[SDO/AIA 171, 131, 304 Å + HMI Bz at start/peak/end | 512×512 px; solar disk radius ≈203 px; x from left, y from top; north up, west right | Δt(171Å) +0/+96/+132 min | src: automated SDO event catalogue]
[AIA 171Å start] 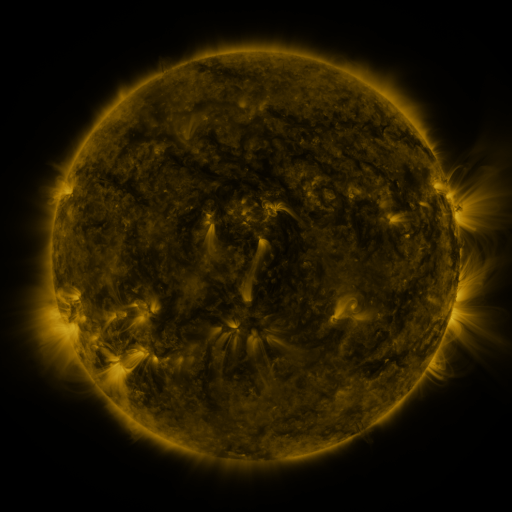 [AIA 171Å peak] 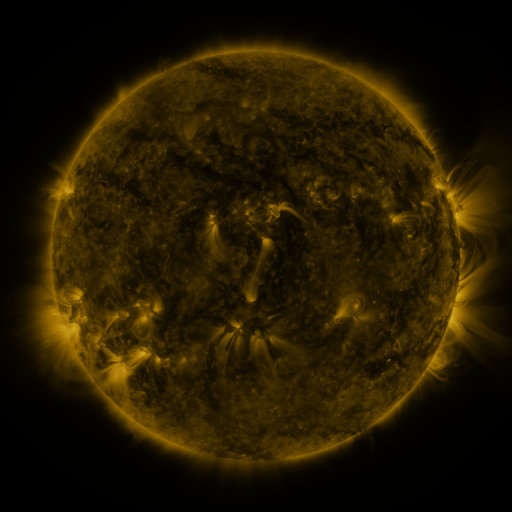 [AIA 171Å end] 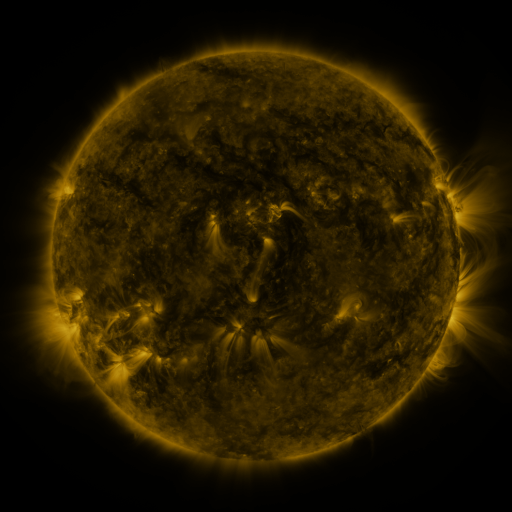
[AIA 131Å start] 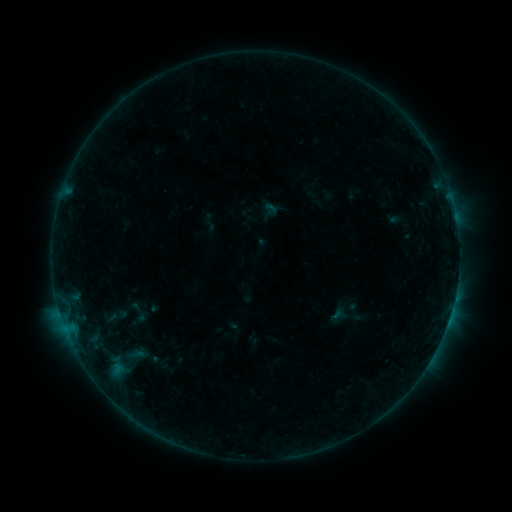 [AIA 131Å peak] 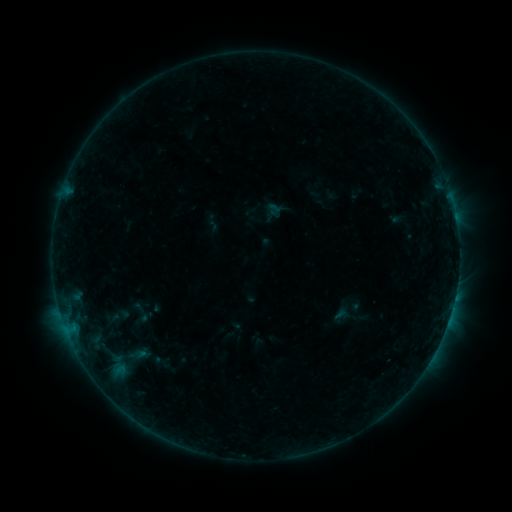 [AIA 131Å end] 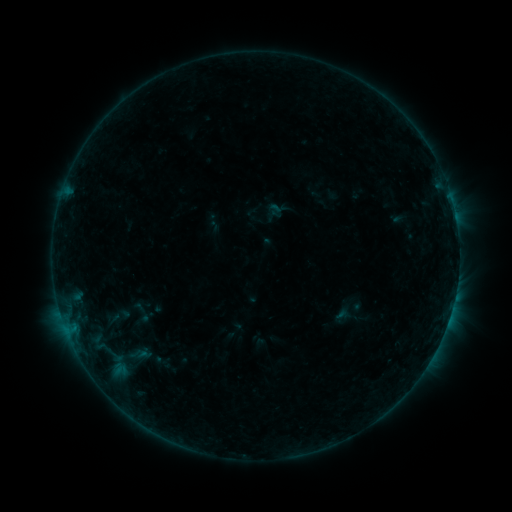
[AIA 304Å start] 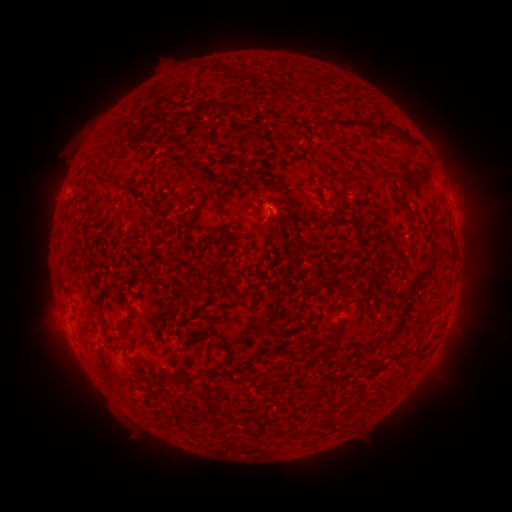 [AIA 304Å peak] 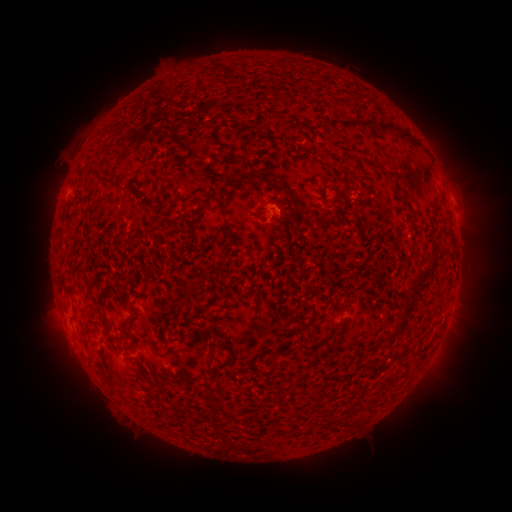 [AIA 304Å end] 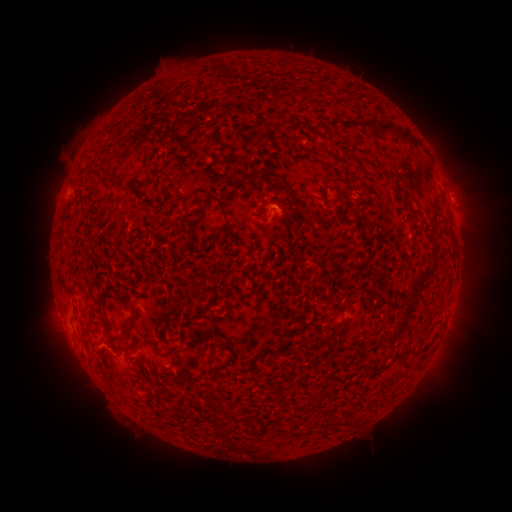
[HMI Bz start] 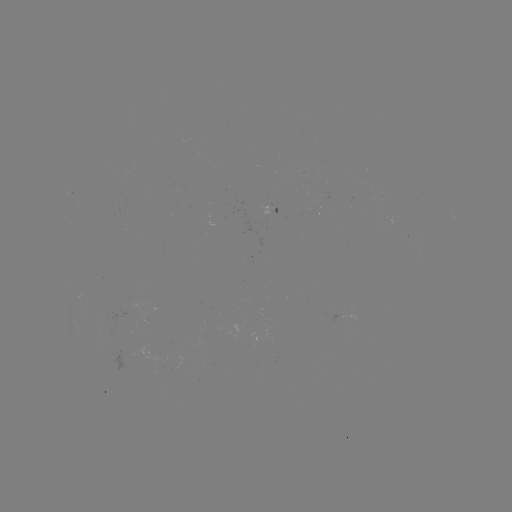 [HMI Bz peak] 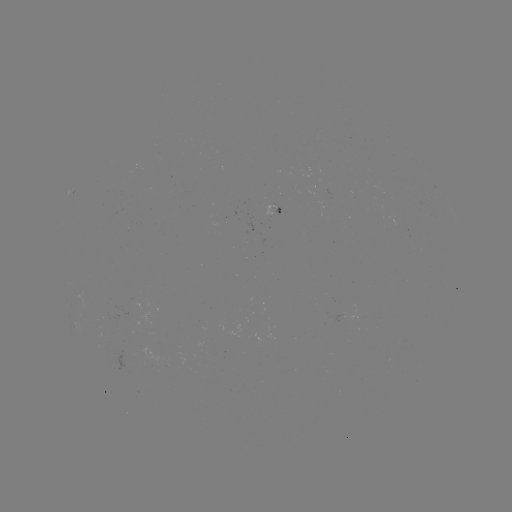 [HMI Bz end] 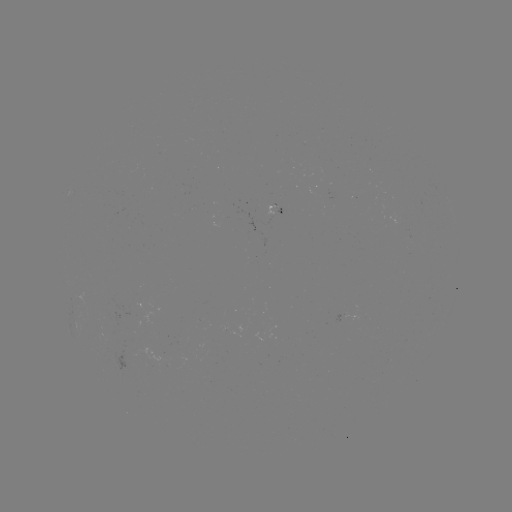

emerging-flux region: <bbox>92, 306, 133, 339</bbox>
